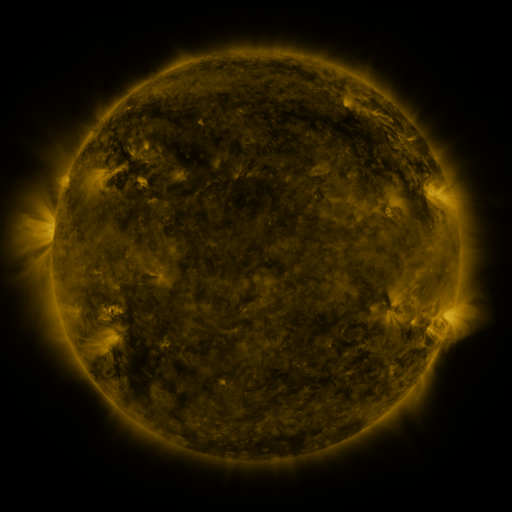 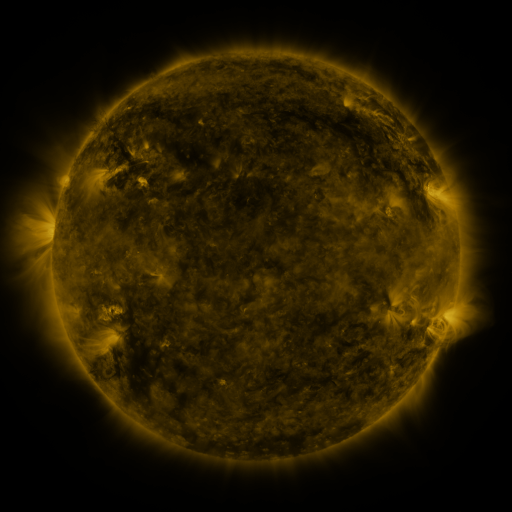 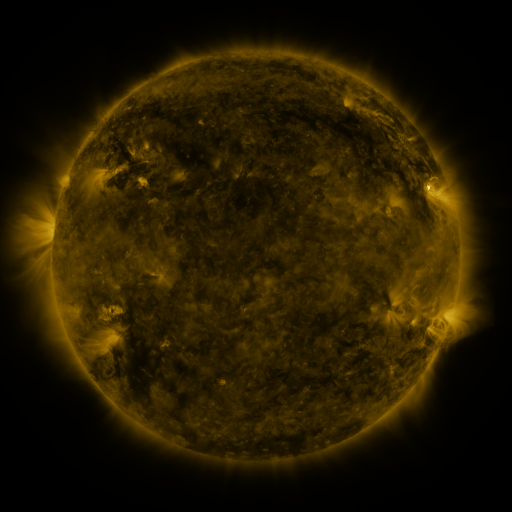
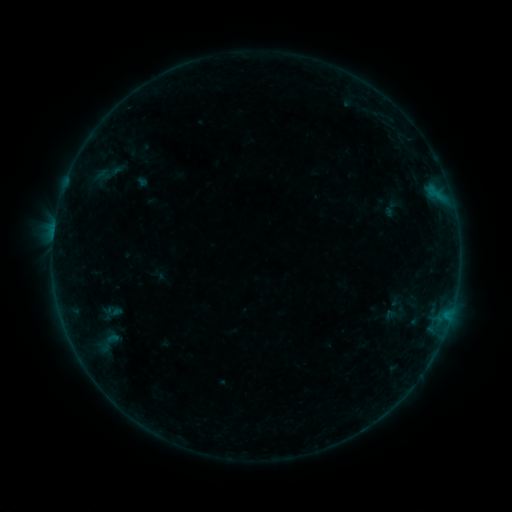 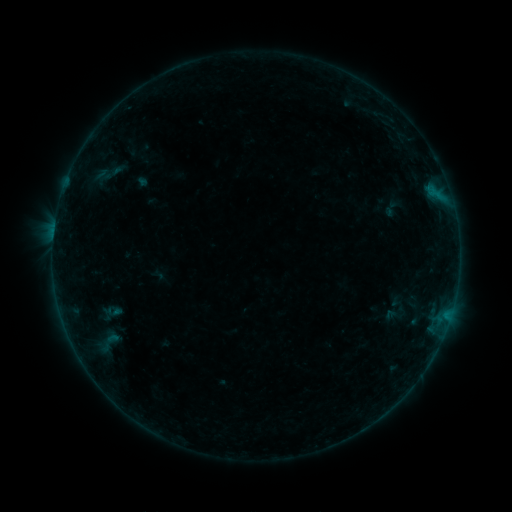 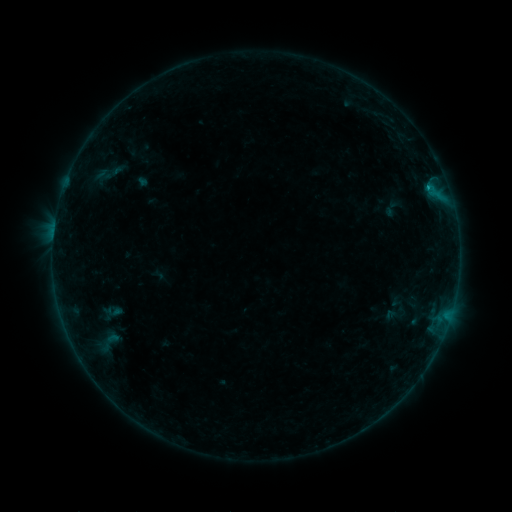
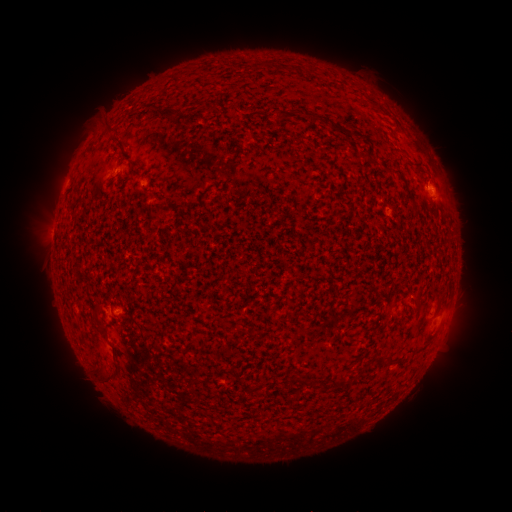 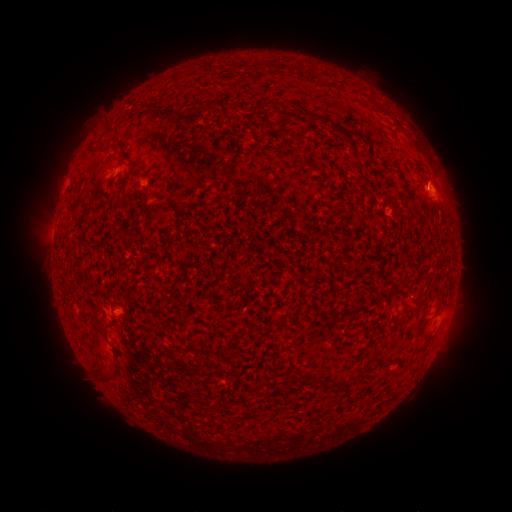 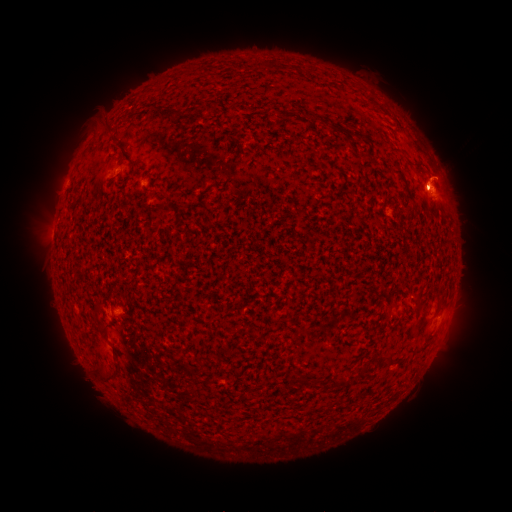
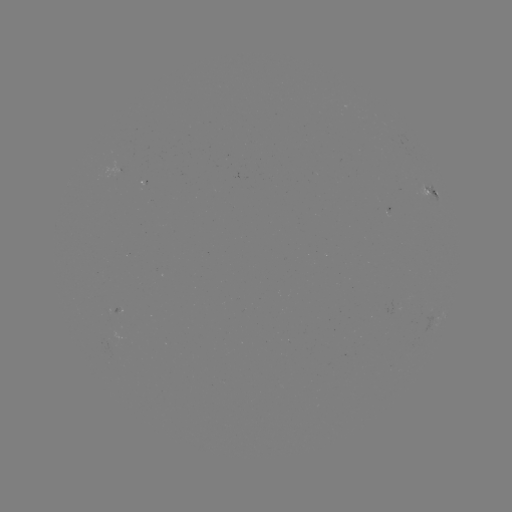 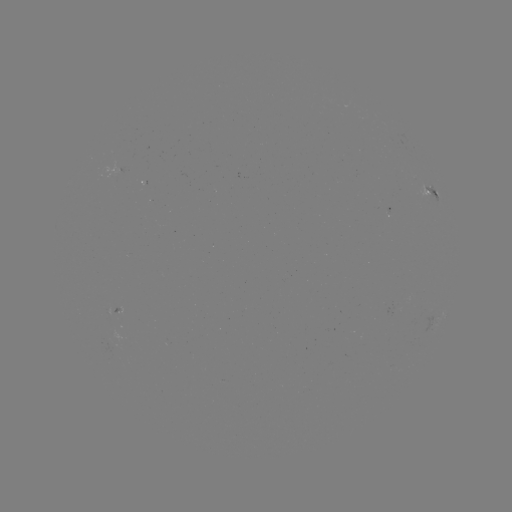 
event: flare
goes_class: B1.9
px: (53, 238)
